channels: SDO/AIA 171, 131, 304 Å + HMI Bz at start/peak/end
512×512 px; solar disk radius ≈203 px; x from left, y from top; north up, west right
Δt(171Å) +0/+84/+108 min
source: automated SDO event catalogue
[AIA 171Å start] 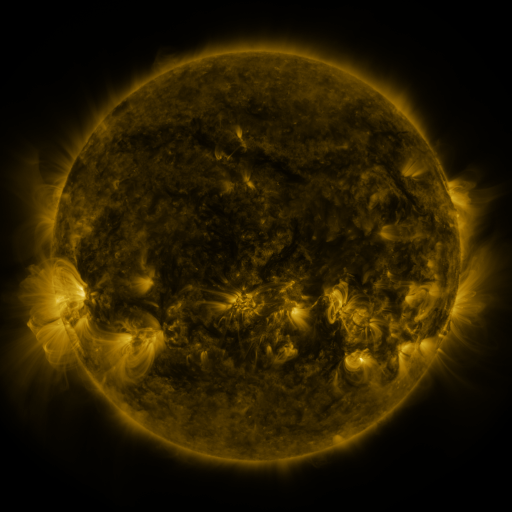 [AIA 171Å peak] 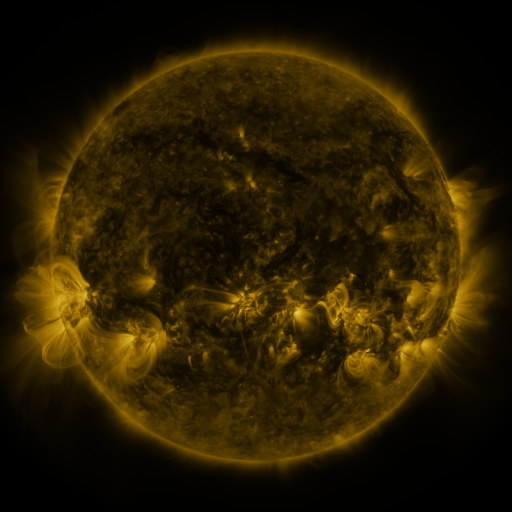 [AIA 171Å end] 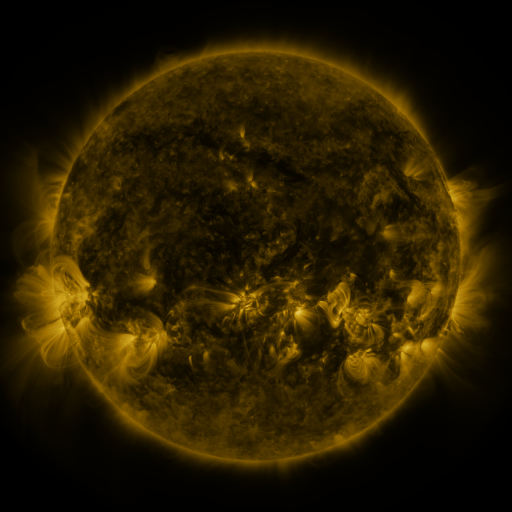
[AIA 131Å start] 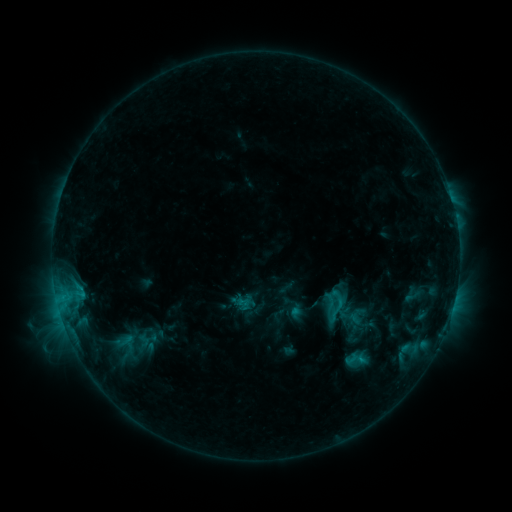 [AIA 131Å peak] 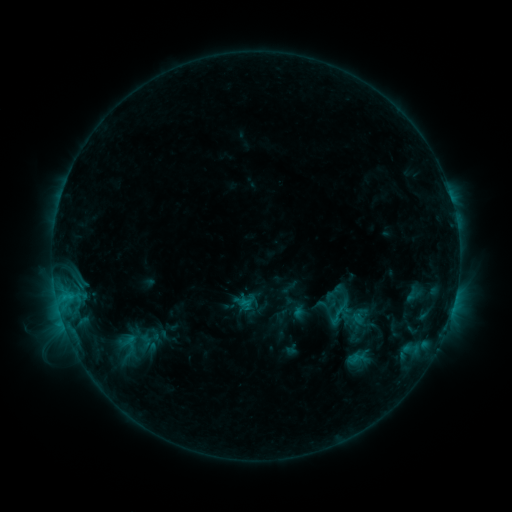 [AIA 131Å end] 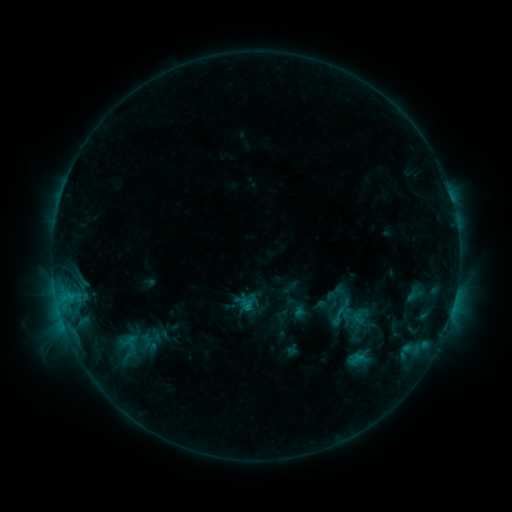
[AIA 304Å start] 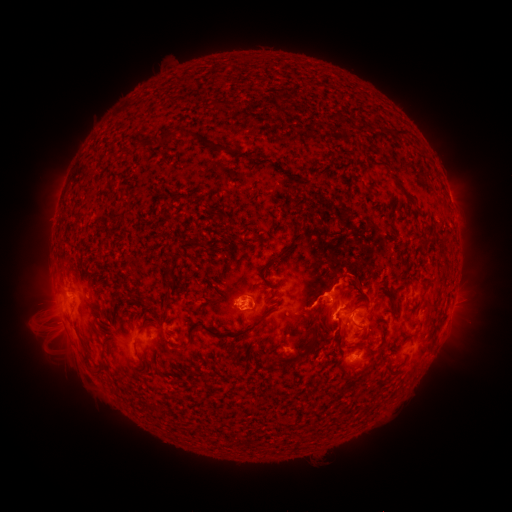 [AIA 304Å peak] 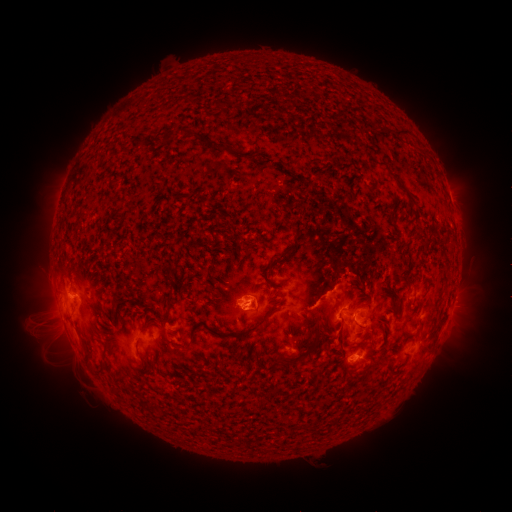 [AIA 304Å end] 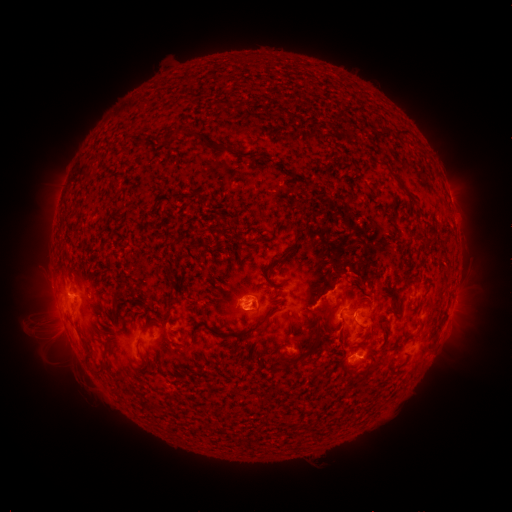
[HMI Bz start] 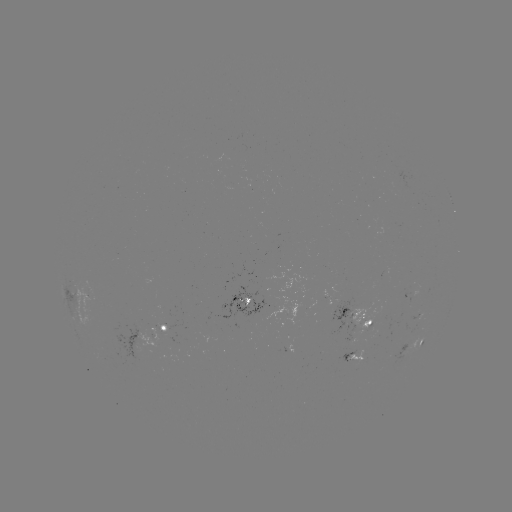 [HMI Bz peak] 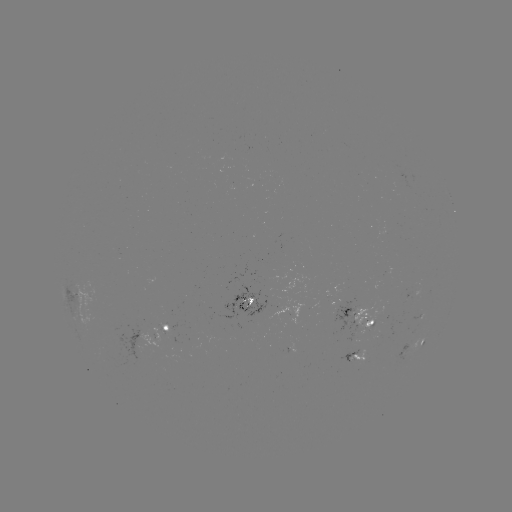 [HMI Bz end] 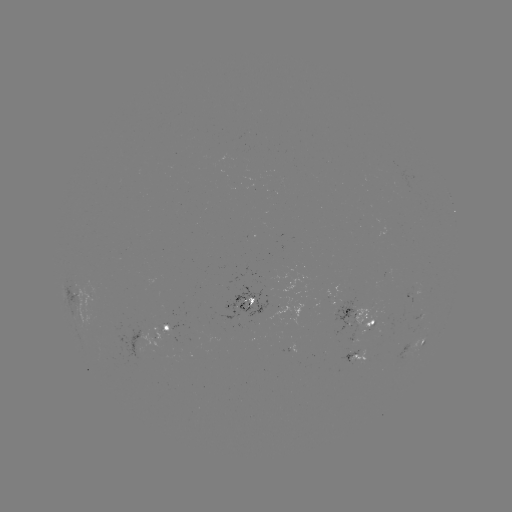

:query emerging-flux region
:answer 407,297